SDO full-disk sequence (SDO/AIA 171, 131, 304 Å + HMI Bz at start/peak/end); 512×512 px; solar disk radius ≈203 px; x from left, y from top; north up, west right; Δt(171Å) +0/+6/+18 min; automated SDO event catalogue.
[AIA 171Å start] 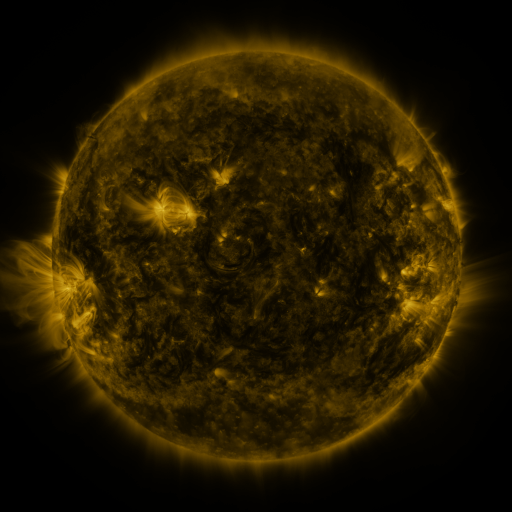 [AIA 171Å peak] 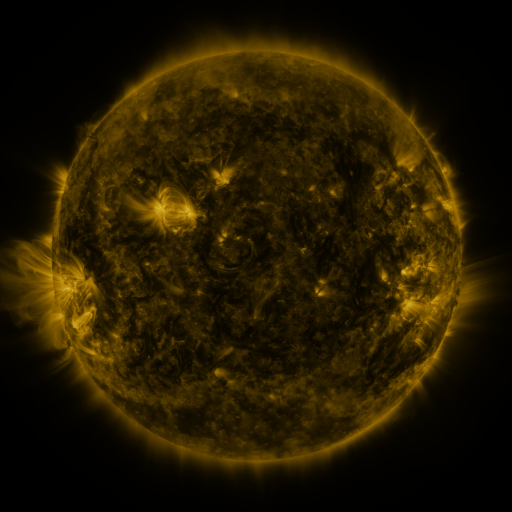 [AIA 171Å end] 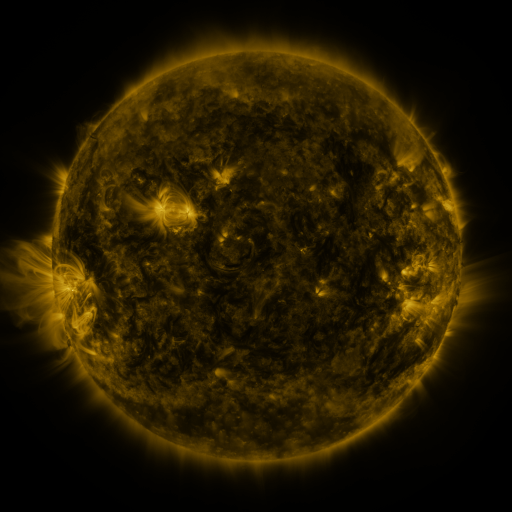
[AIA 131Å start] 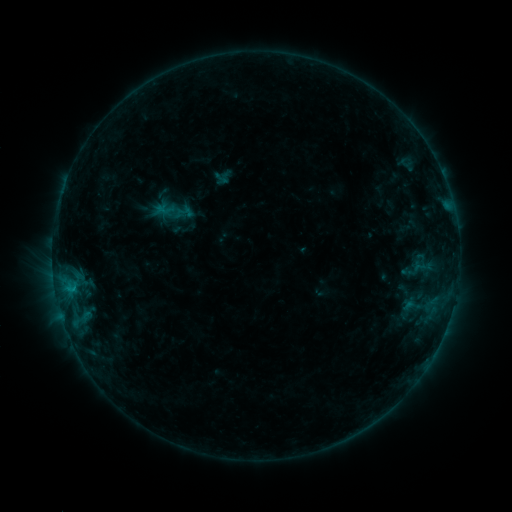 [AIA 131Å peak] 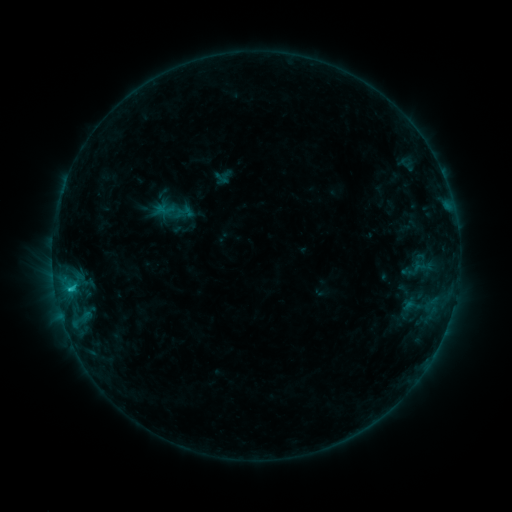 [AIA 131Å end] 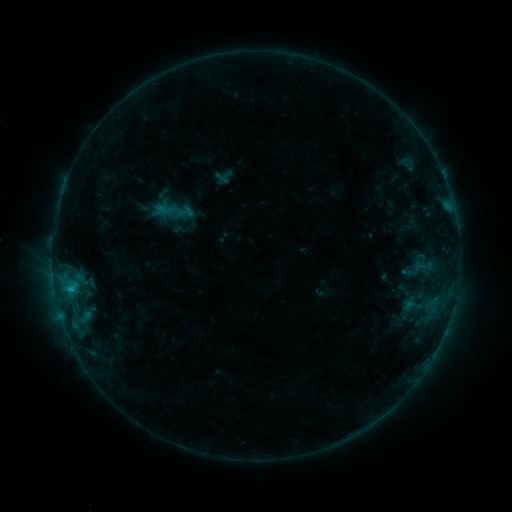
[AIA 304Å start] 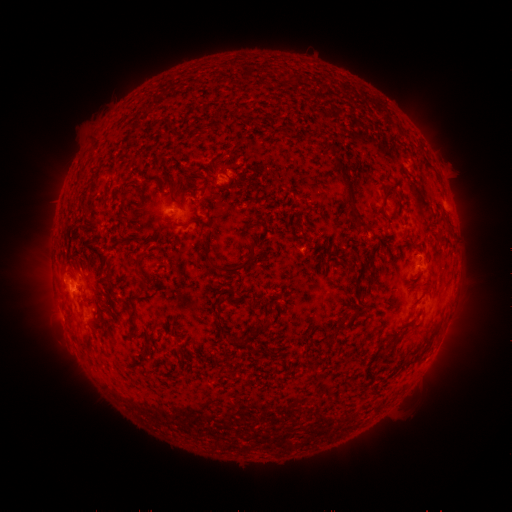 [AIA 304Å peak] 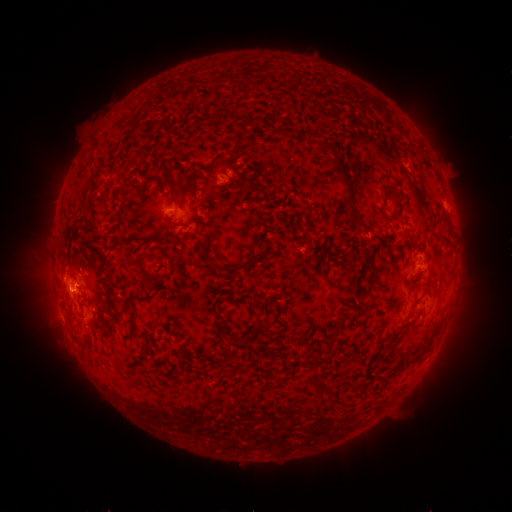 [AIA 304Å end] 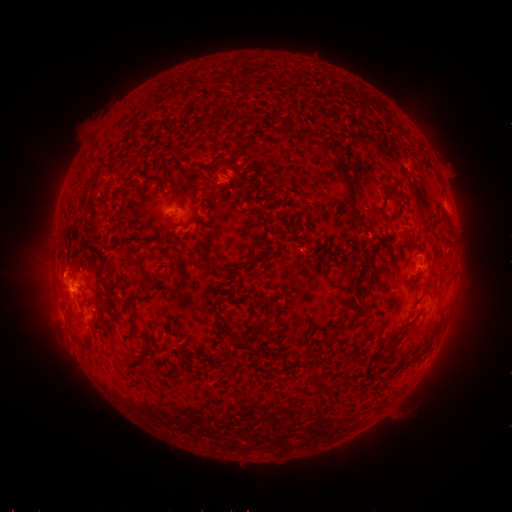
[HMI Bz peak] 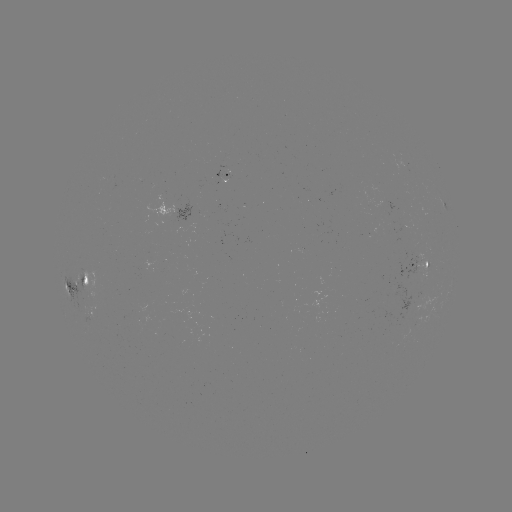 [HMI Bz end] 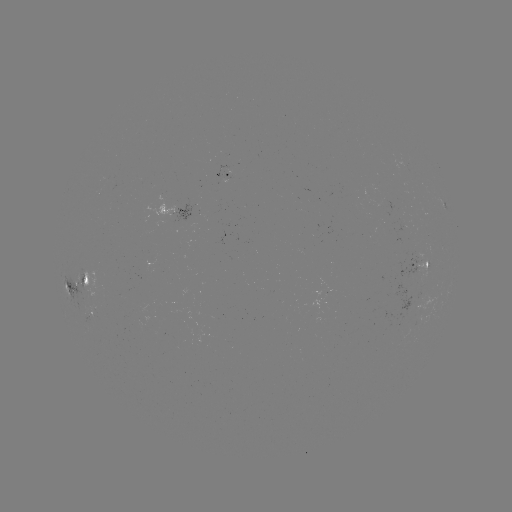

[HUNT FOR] B8.8 flare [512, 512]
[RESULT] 70,287